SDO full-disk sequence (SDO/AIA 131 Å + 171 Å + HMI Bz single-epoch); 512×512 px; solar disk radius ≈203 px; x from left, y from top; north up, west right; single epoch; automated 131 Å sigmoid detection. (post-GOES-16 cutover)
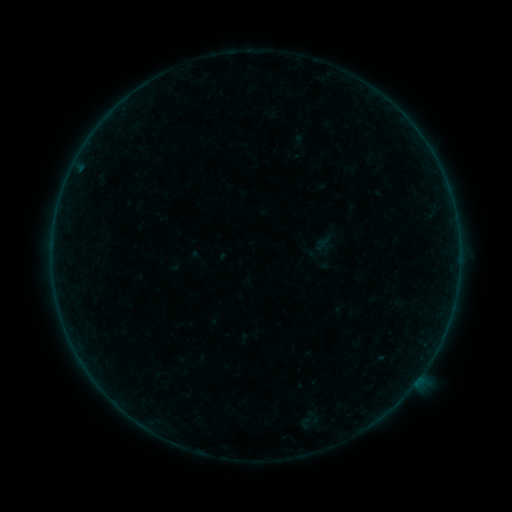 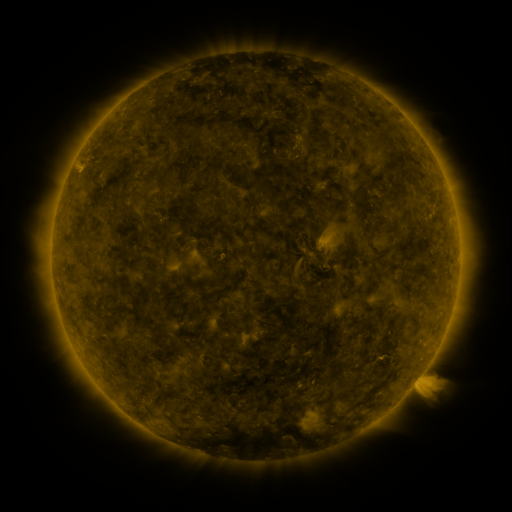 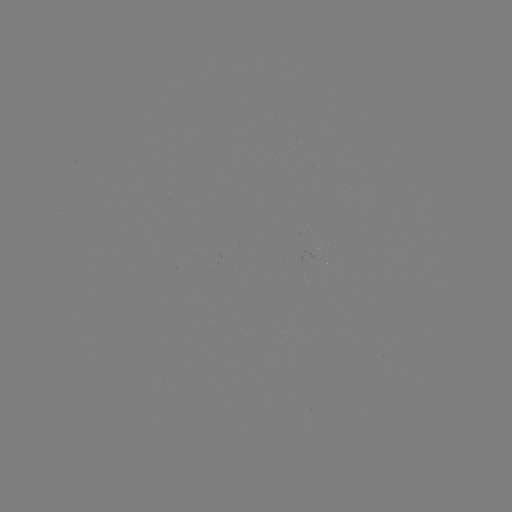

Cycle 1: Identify sigmoid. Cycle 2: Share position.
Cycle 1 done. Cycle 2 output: (317, 248).